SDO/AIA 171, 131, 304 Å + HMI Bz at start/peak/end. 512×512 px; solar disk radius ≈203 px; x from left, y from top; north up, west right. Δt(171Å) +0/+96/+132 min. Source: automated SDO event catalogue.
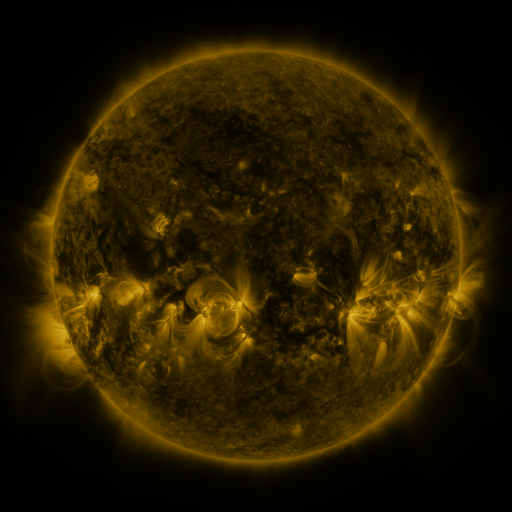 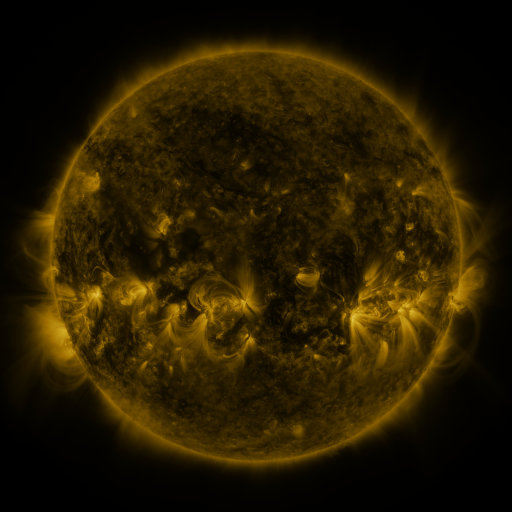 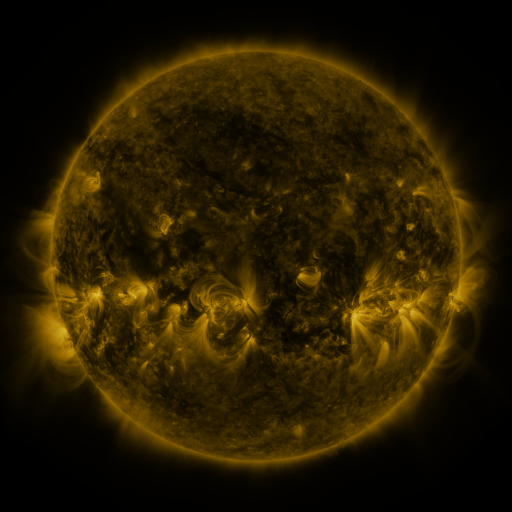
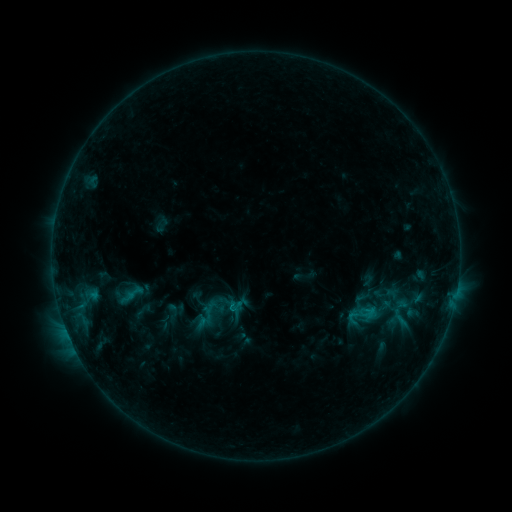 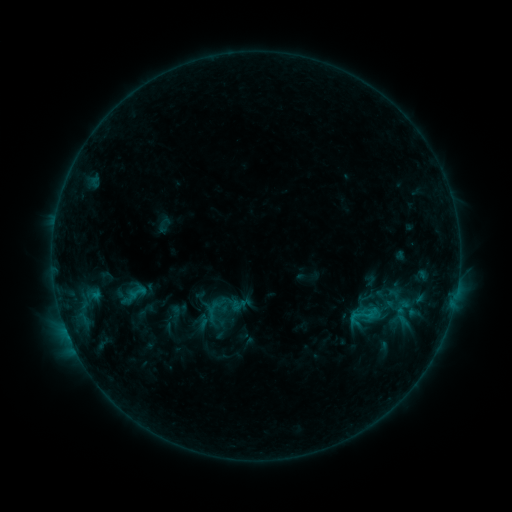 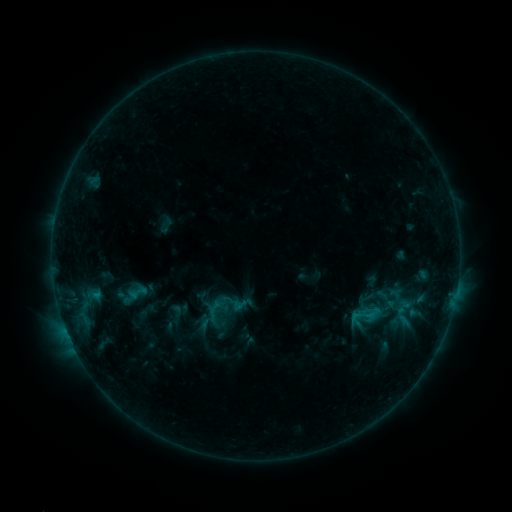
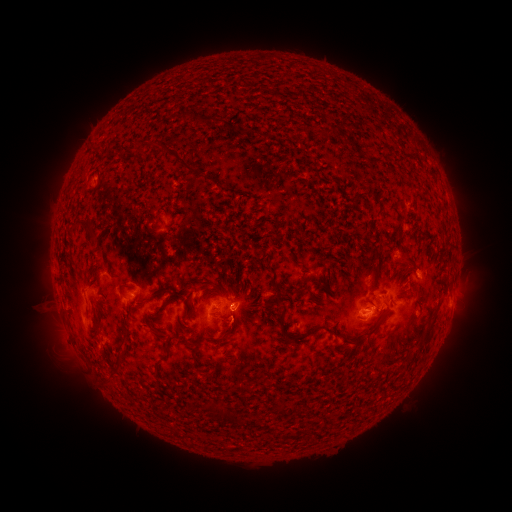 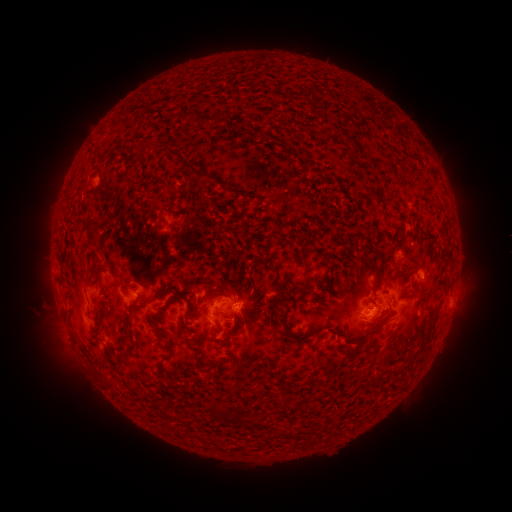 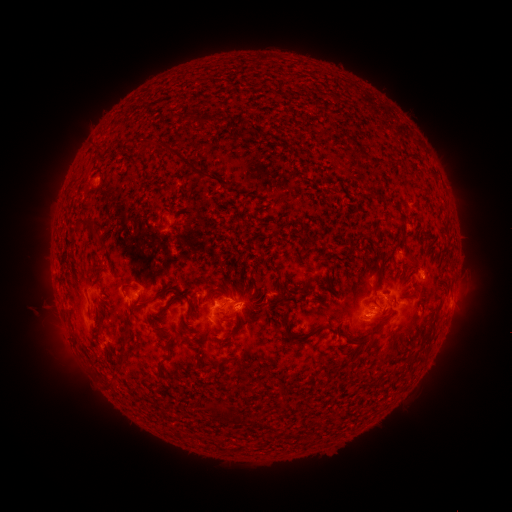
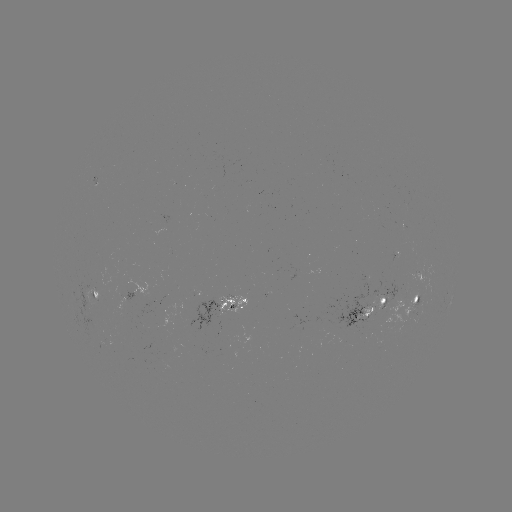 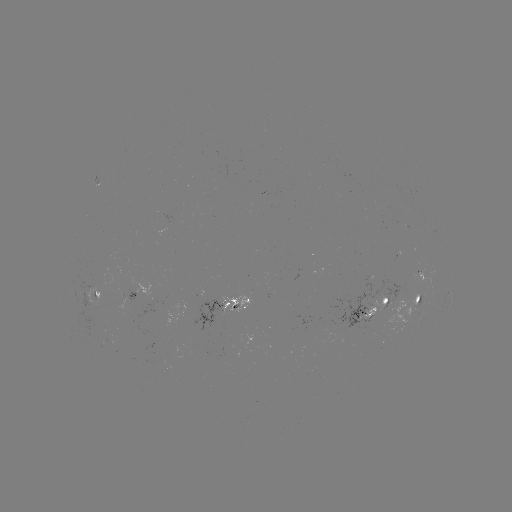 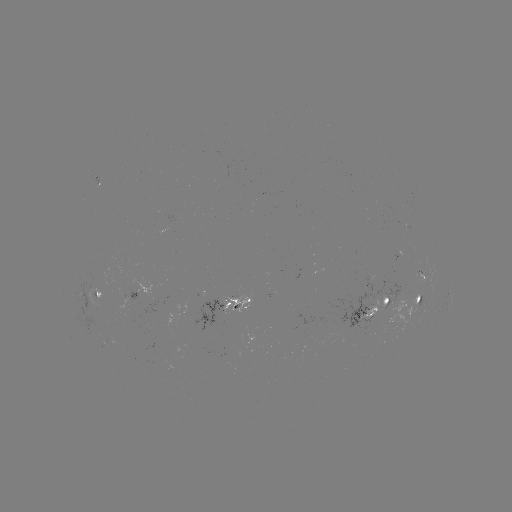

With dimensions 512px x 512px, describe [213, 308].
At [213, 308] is emerging-flux region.